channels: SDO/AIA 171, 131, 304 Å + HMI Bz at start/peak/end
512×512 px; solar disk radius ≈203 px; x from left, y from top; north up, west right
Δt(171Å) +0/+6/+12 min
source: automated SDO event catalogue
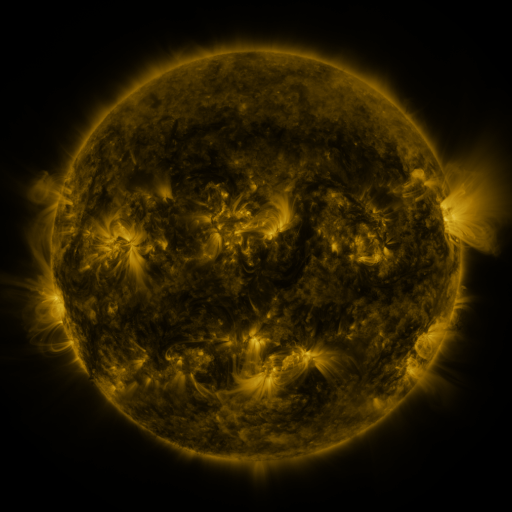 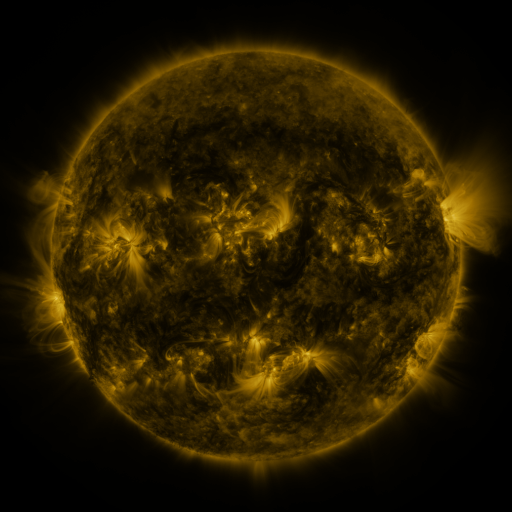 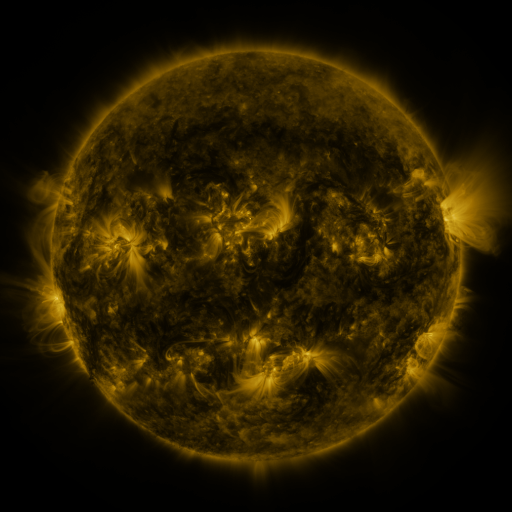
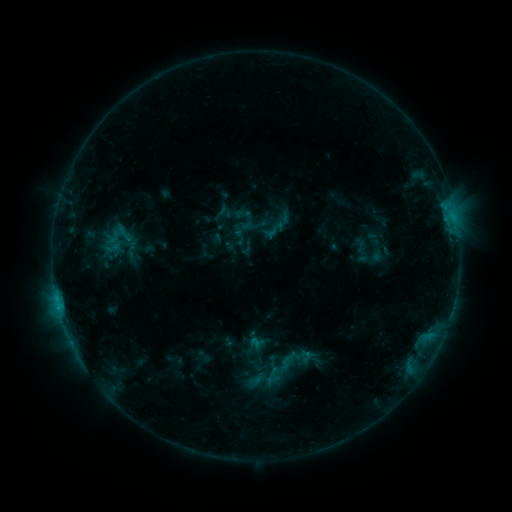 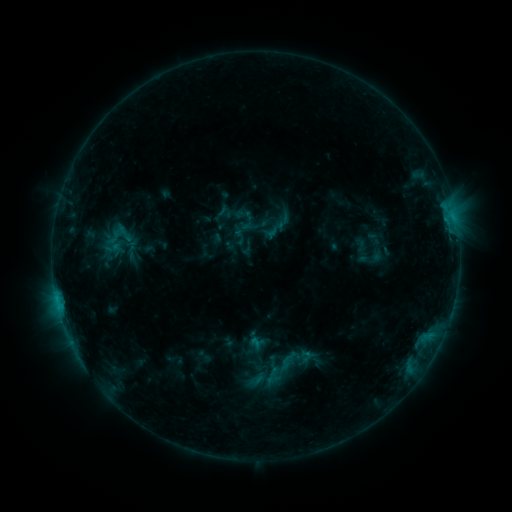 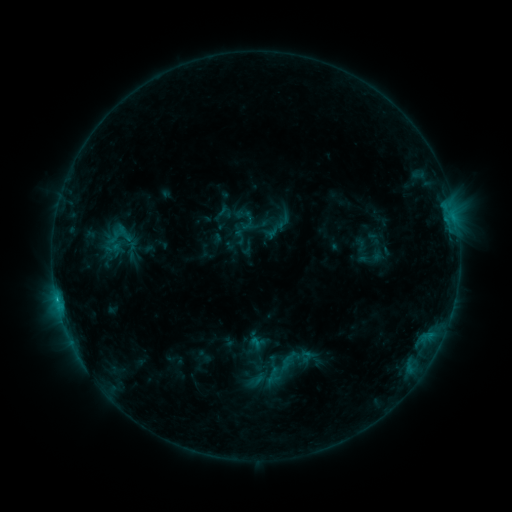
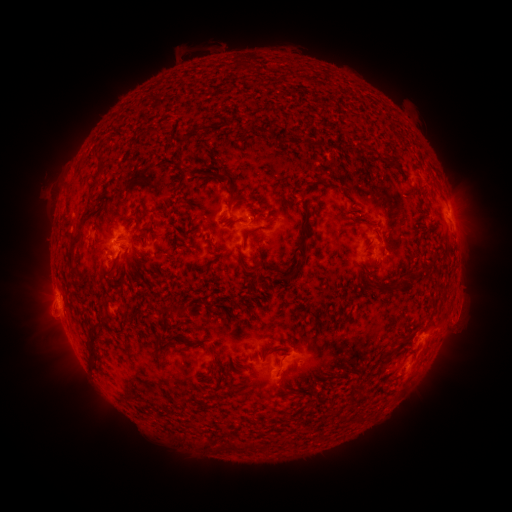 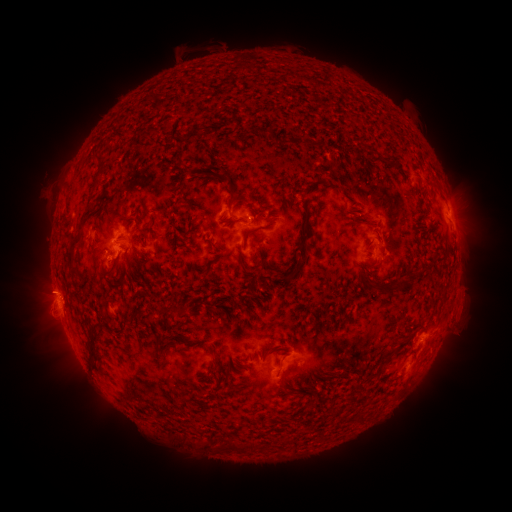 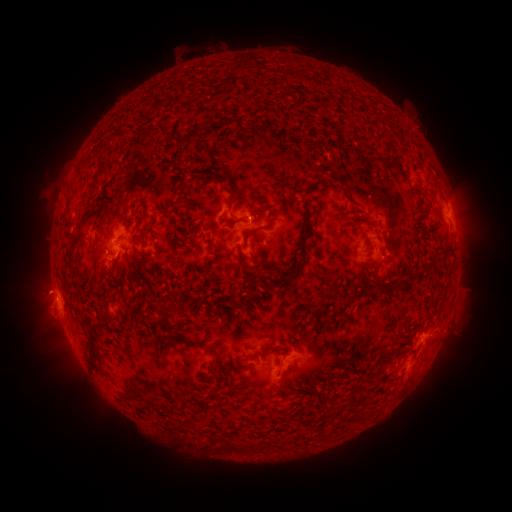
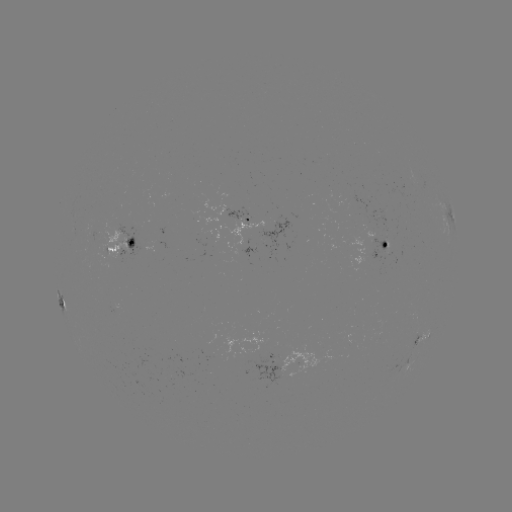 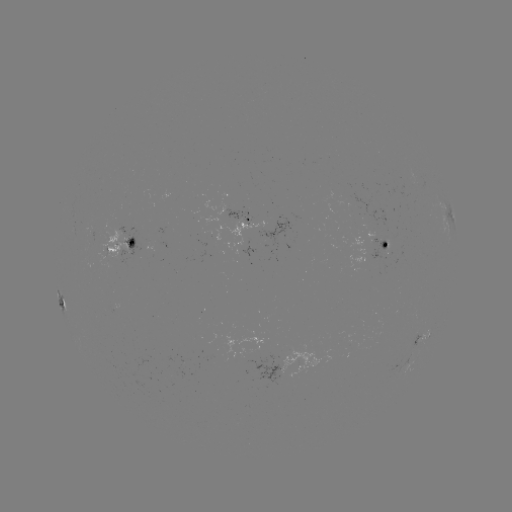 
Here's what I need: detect eruption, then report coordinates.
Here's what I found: eruption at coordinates (41, 289).